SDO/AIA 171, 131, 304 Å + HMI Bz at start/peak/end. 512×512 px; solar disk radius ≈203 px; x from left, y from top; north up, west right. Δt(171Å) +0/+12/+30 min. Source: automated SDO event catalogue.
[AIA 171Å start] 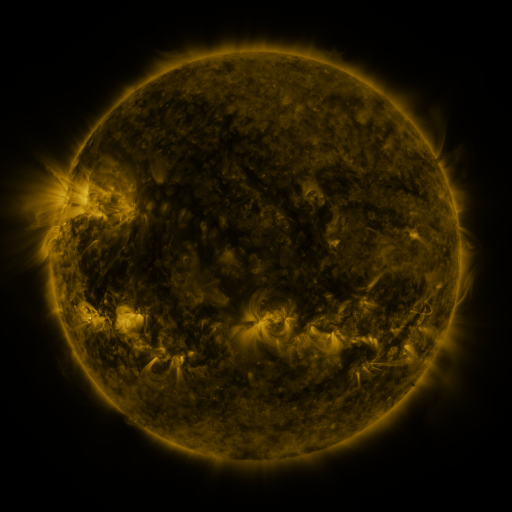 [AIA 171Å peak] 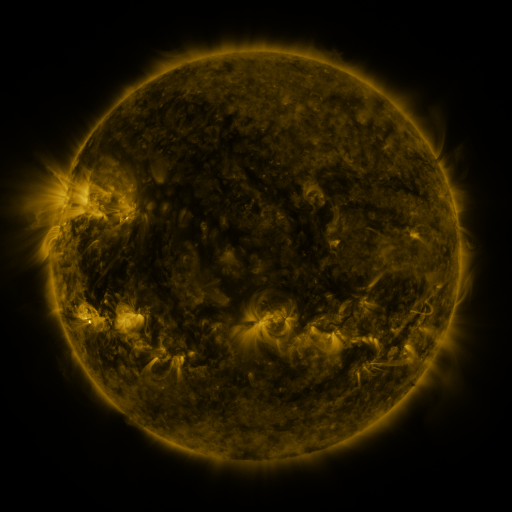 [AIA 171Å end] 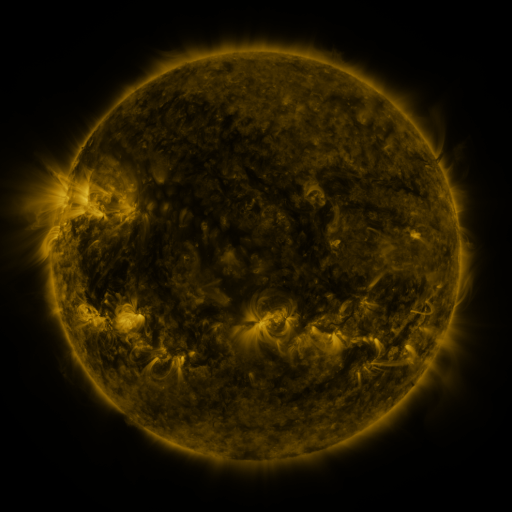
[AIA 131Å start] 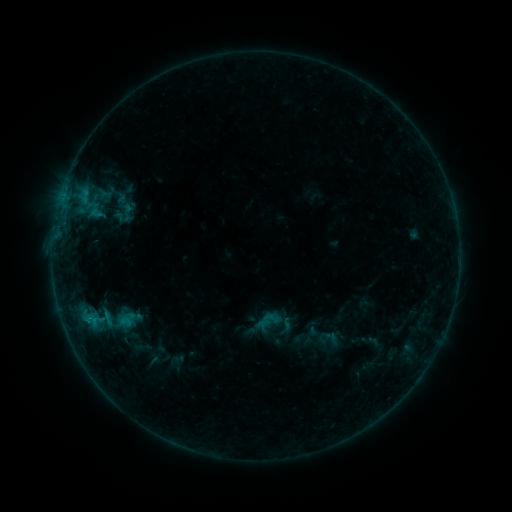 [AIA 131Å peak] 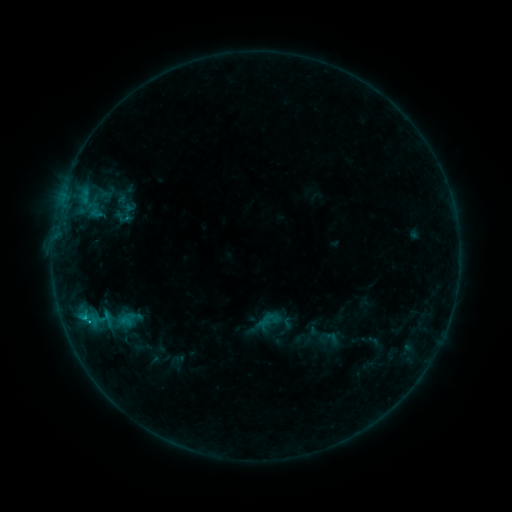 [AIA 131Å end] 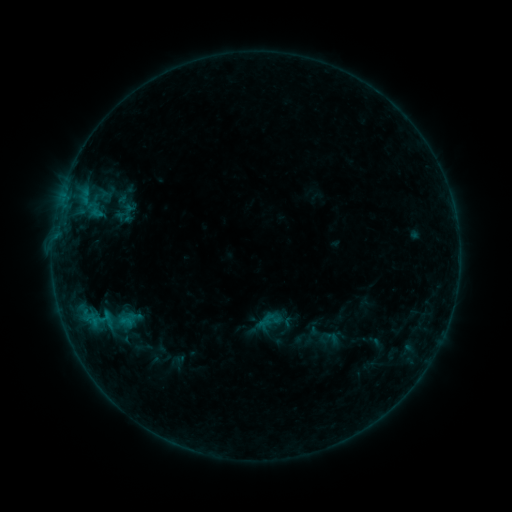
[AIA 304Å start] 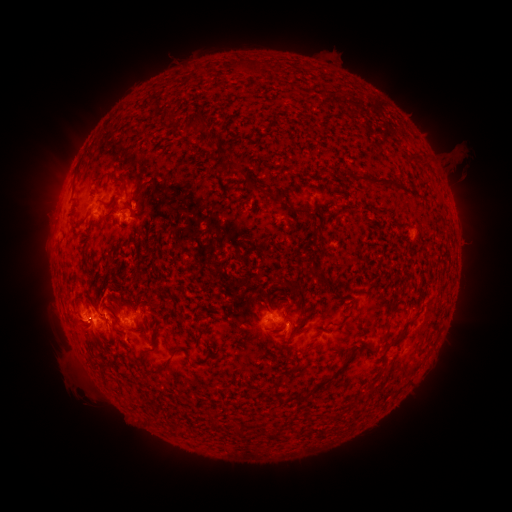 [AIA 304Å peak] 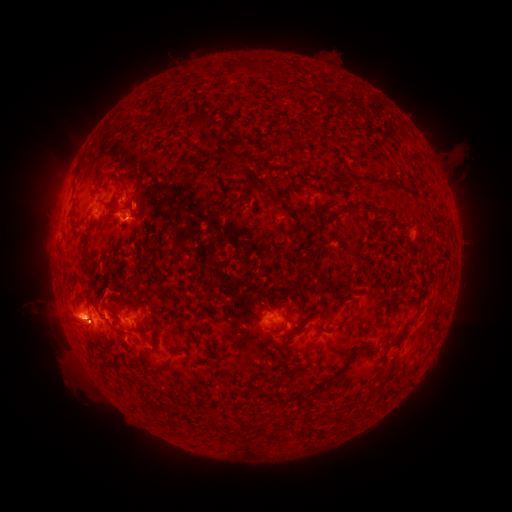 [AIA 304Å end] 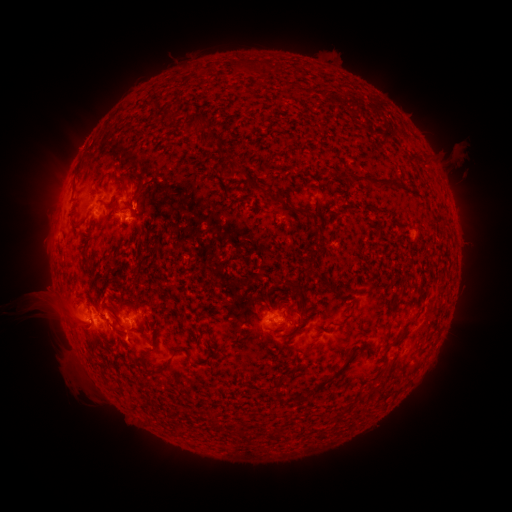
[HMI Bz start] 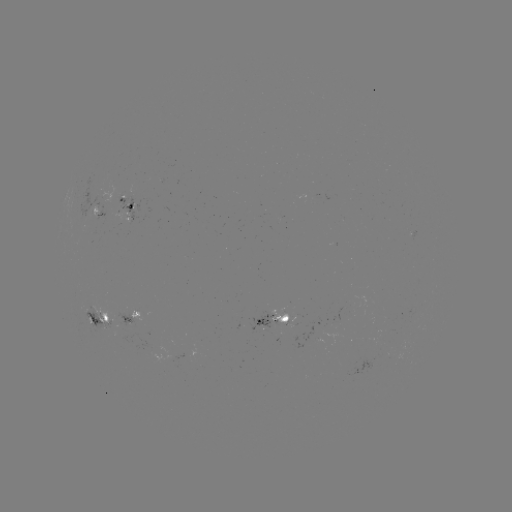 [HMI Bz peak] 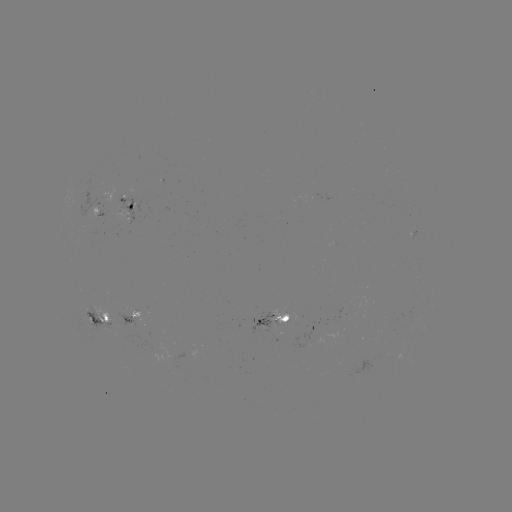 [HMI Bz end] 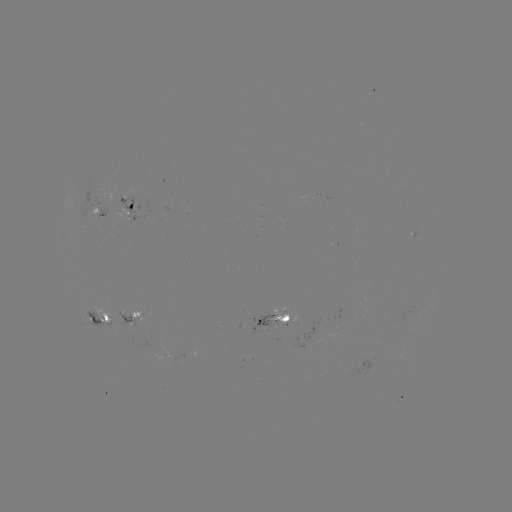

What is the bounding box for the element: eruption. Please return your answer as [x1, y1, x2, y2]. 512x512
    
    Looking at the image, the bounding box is [10, 273, 128, 391].